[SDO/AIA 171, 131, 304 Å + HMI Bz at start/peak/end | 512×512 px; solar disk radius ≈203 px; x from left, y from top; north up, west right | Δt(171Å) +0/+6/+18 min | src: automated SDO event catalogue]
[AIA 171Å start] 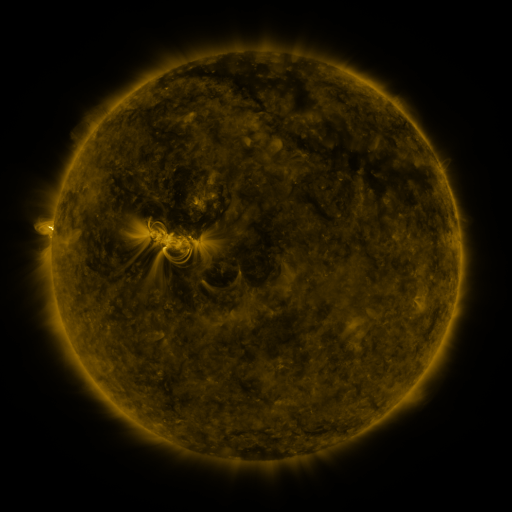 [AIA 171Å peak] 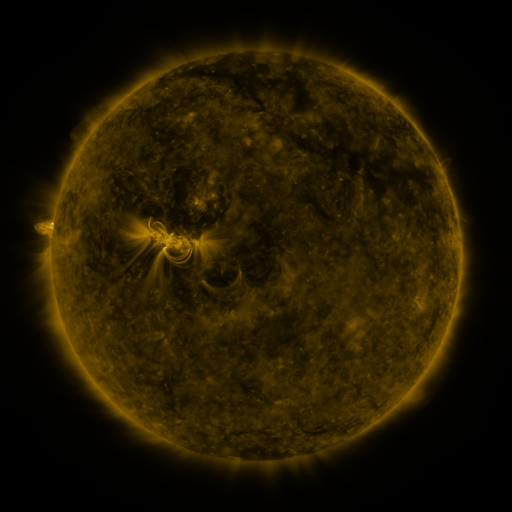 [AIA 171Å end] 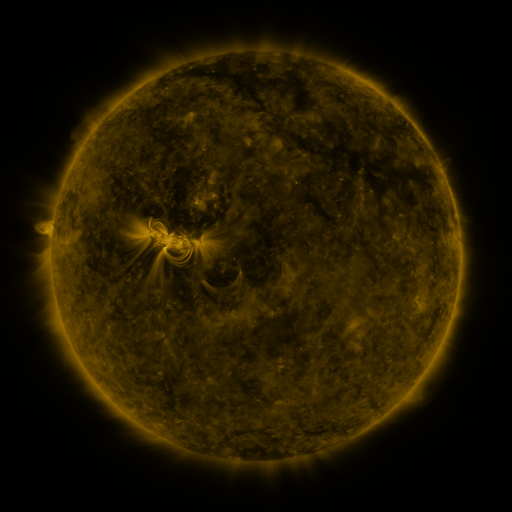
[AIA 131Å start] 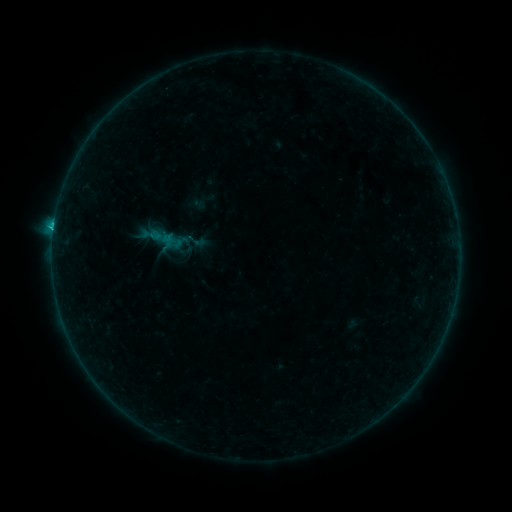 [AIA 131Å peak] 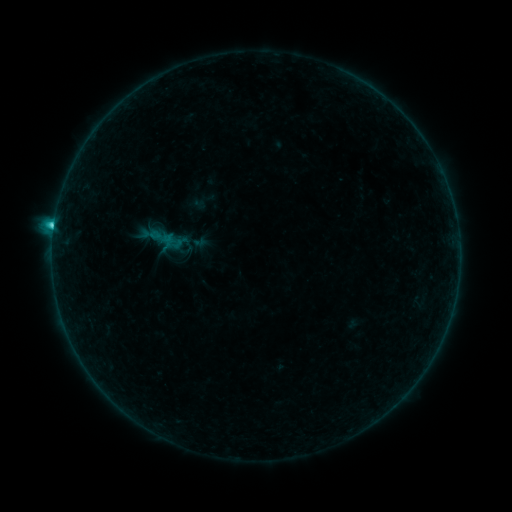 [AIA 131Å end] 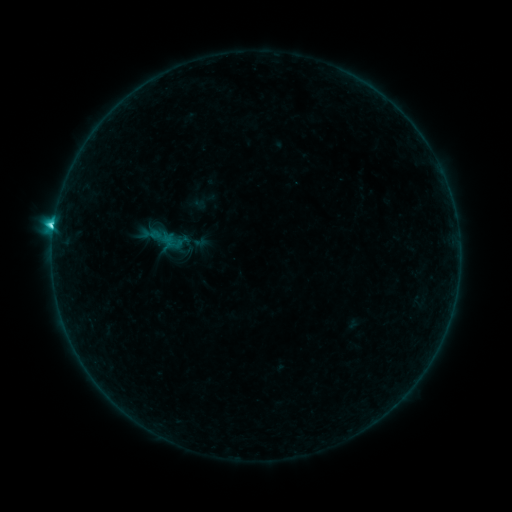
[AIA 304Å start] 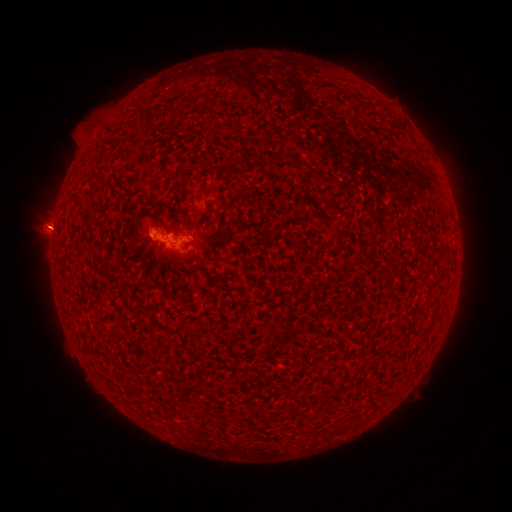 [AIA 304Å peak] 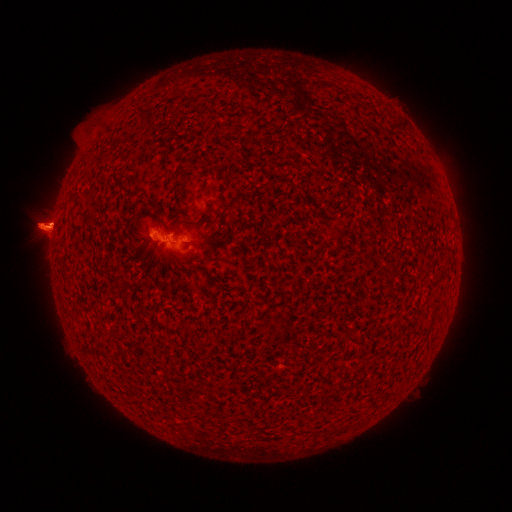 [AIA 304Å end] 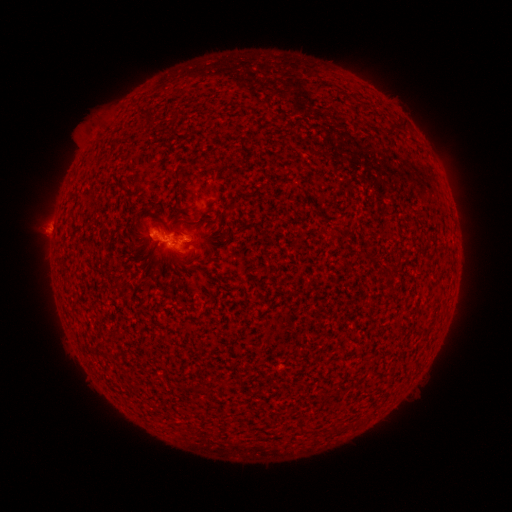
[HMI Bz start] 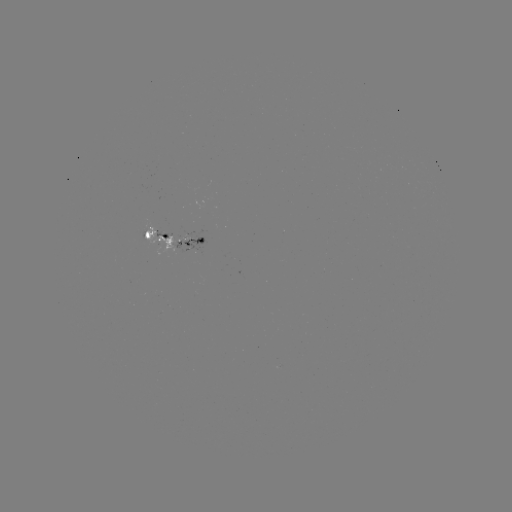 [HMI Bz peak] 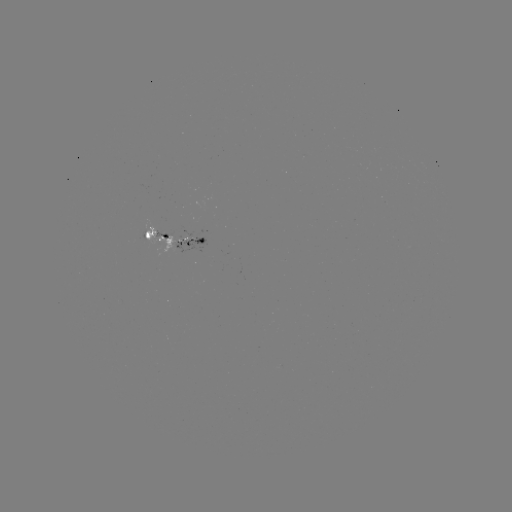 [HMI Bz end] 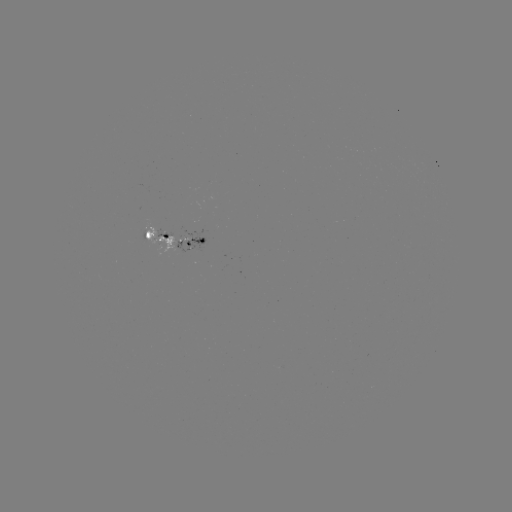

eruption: [11, 189, 101, 281]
